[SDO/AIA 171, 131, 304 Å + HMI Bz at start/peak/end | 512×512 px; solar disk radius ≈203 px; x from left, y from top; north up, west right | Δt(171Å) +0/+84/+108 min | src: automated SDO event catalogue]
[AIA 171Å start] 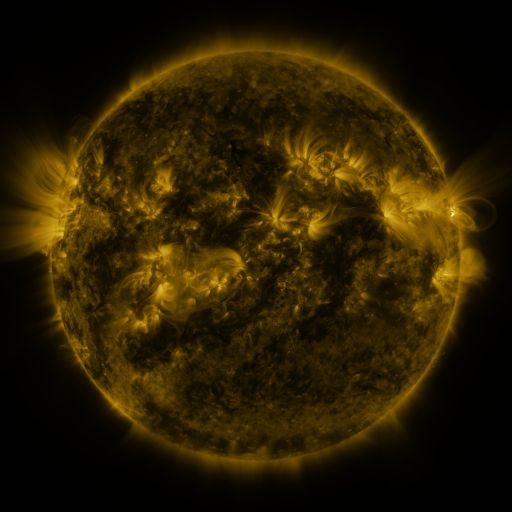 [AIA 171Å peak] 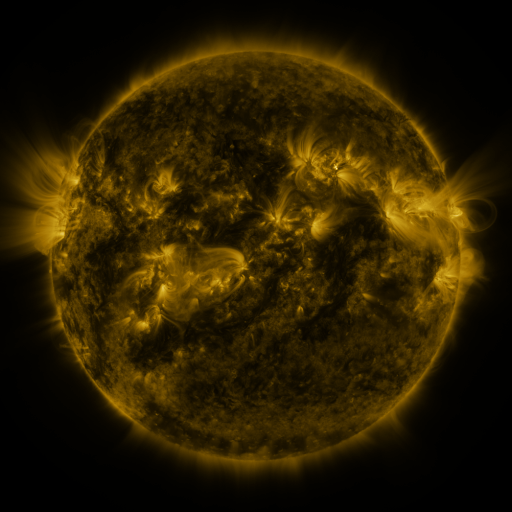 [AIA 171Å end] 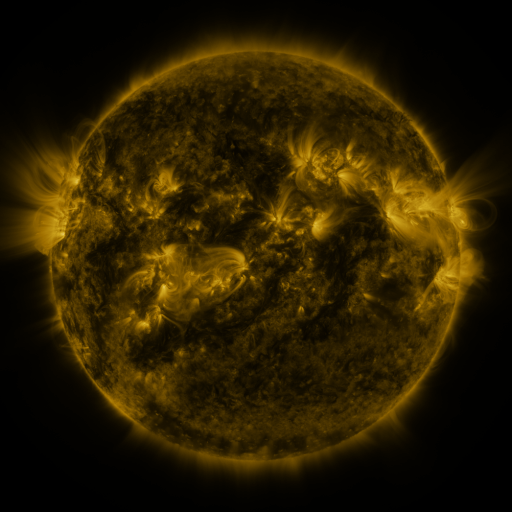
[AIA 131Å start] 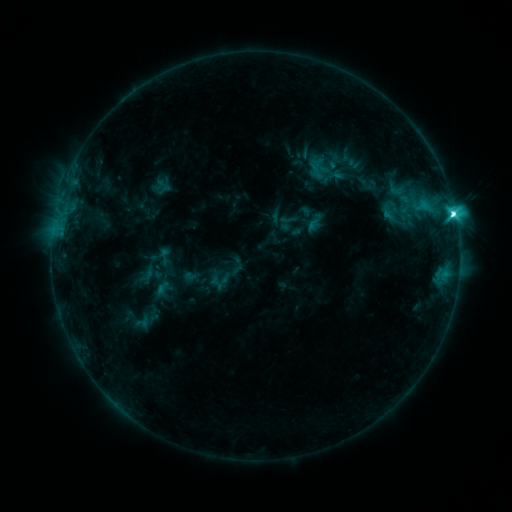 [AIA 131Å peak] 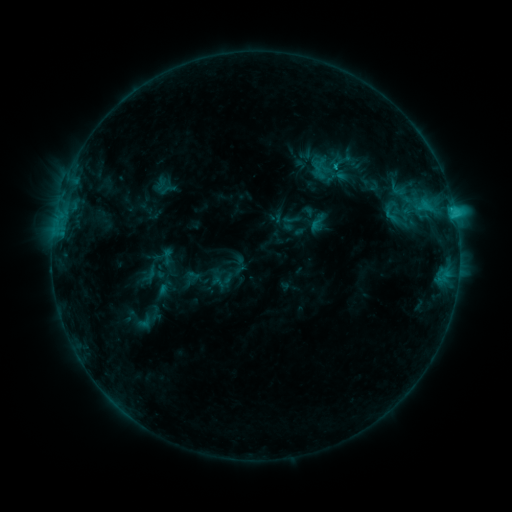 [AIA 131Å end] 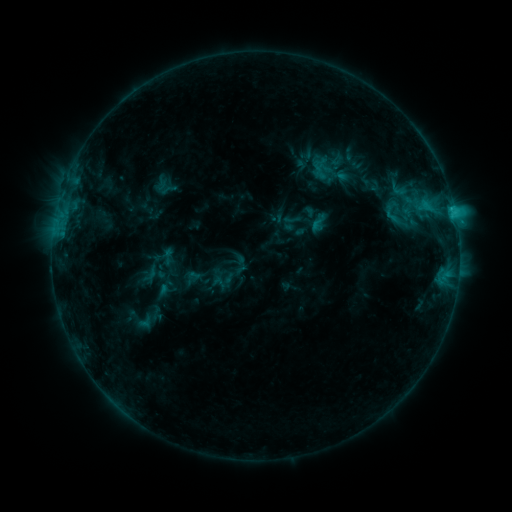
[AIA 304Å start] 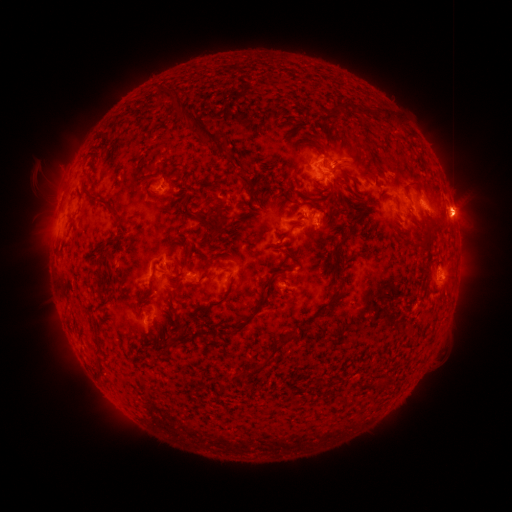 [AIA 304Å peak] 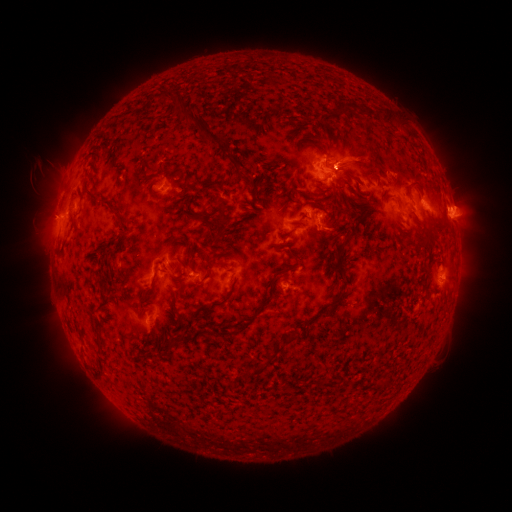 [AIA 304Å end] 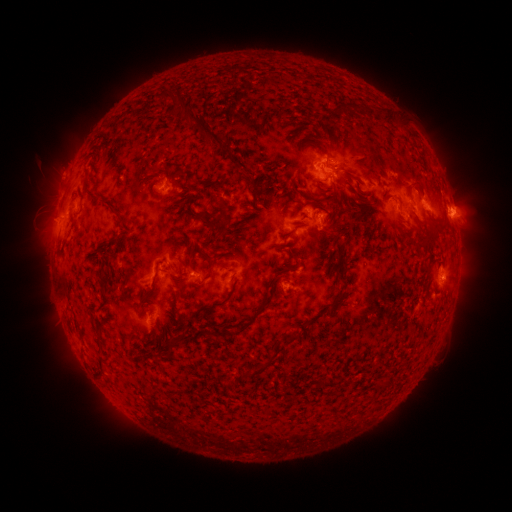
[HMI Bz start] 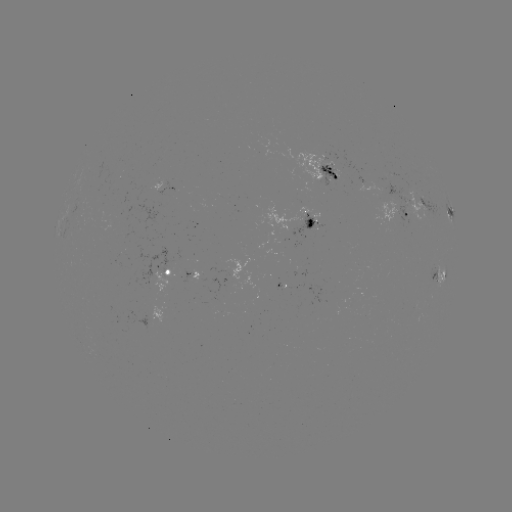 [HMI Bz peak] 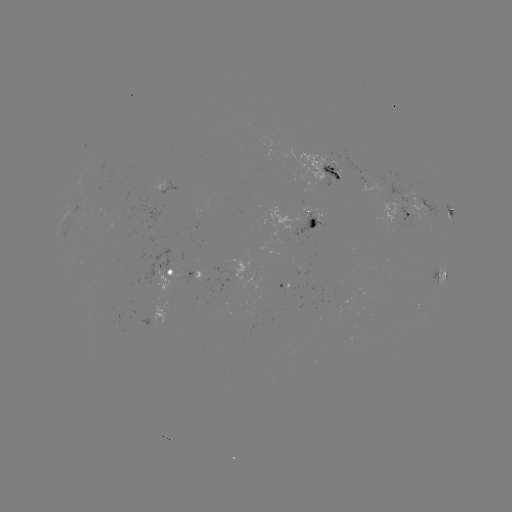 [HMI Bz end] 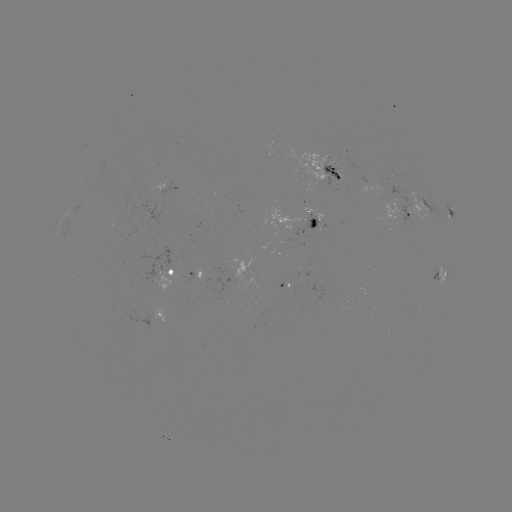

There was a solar emerging-flux region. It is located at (336, 172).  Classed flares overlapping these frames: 1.